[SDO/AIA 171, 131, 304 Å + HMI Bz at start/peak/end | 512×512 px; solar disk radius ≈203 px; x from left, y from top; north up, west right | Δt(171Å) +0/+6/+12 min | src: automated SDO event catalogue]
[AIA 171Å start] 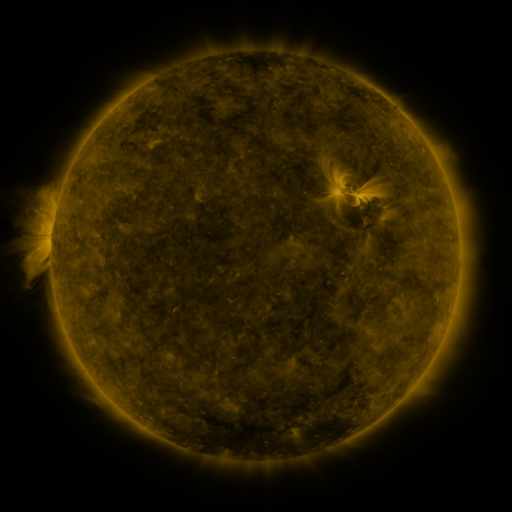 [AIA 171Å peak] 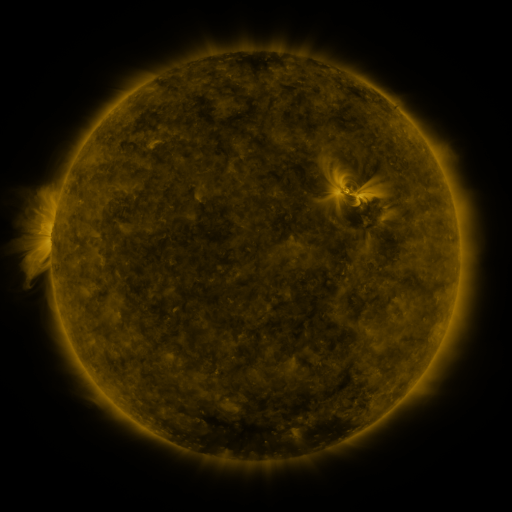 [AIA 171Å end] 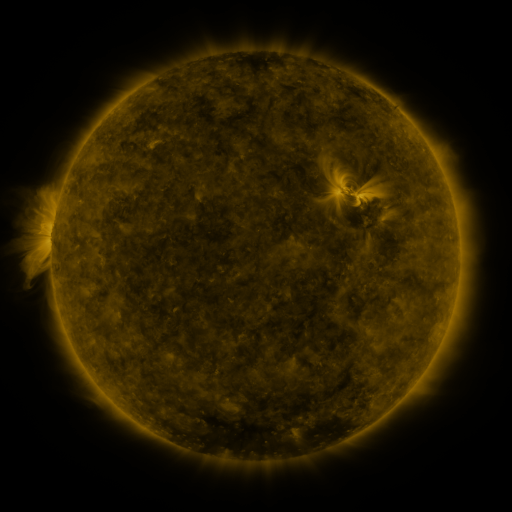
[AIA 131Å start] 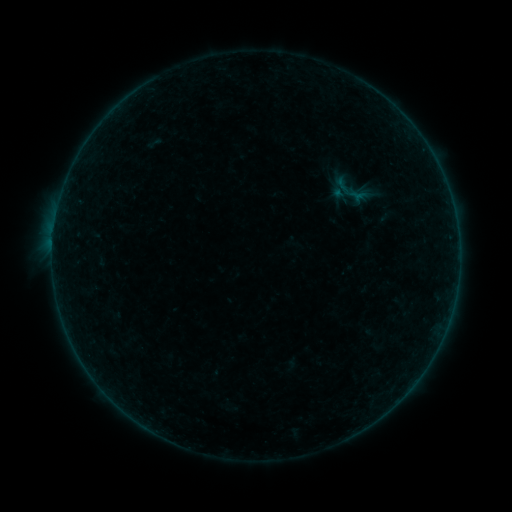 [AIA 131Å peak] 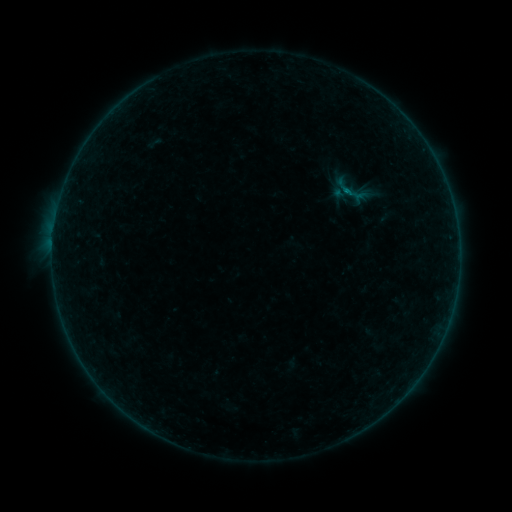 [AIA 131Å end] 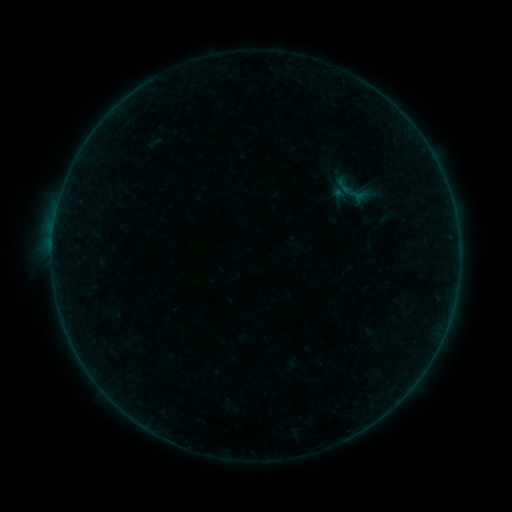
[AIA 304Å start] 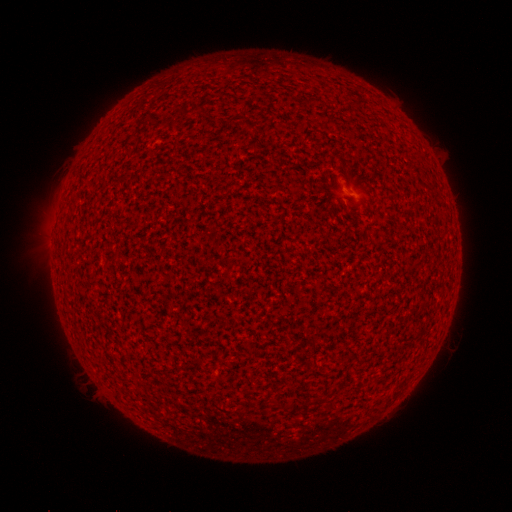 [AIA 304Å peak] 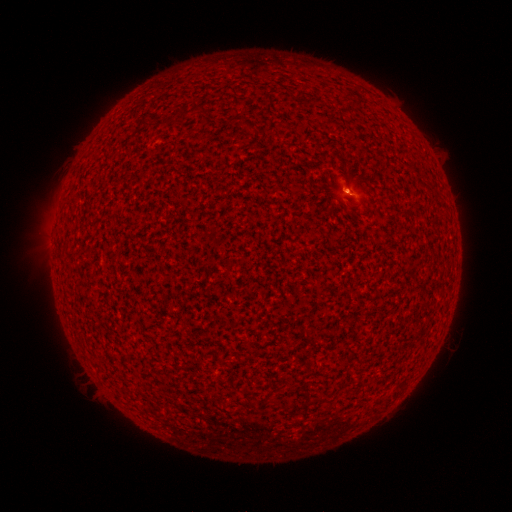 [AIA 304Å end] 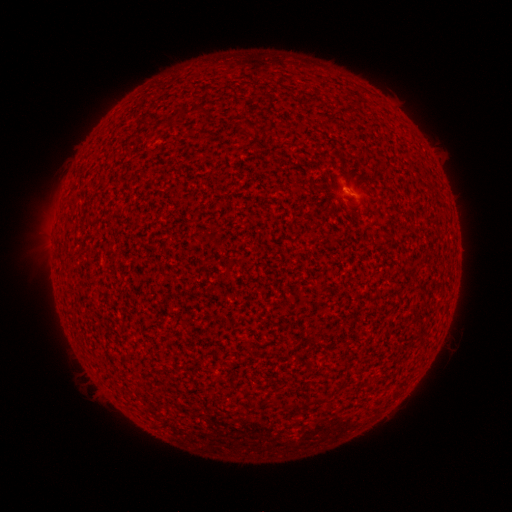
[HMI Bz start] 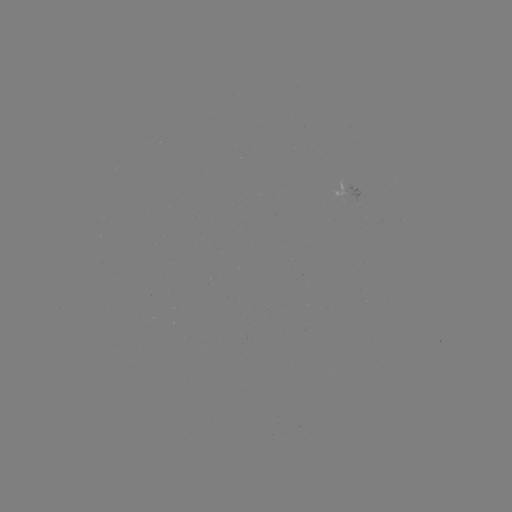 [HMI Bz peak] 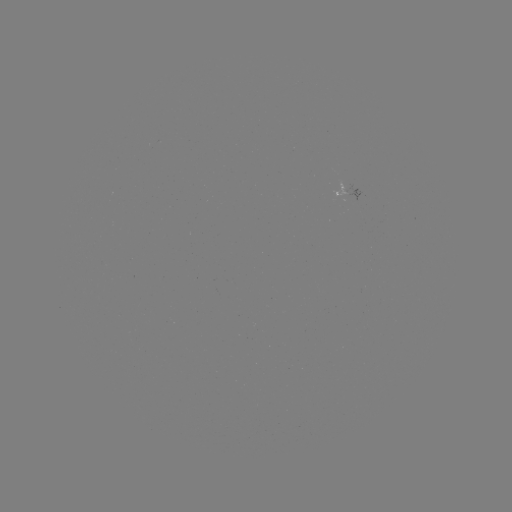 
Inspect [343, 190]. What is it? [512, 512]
A9.9 flare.